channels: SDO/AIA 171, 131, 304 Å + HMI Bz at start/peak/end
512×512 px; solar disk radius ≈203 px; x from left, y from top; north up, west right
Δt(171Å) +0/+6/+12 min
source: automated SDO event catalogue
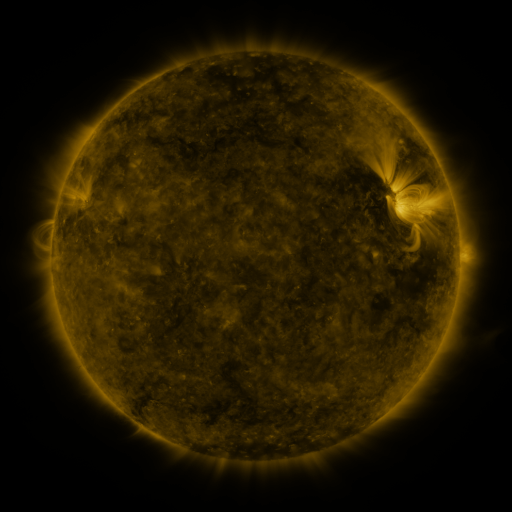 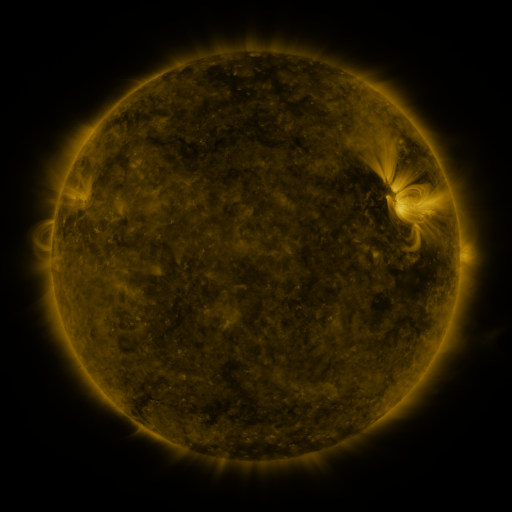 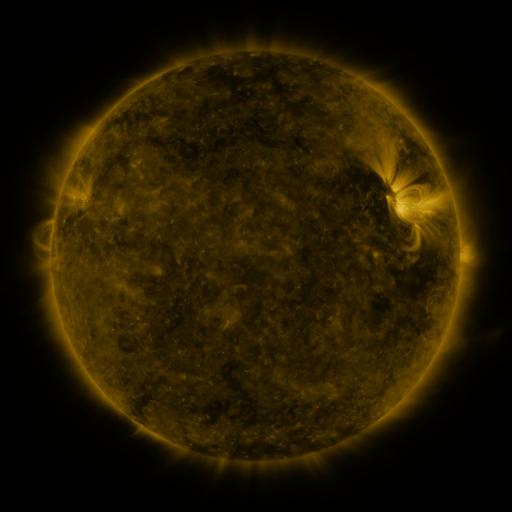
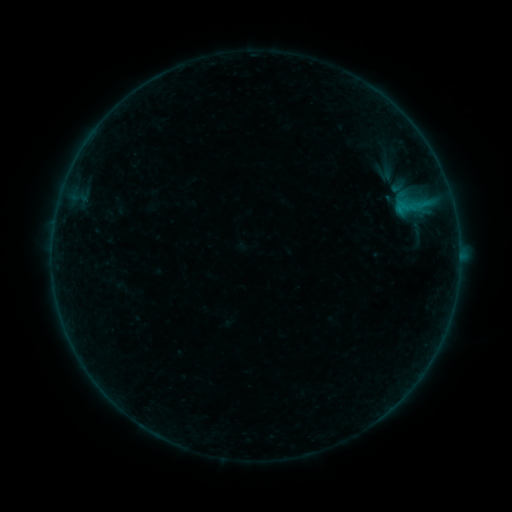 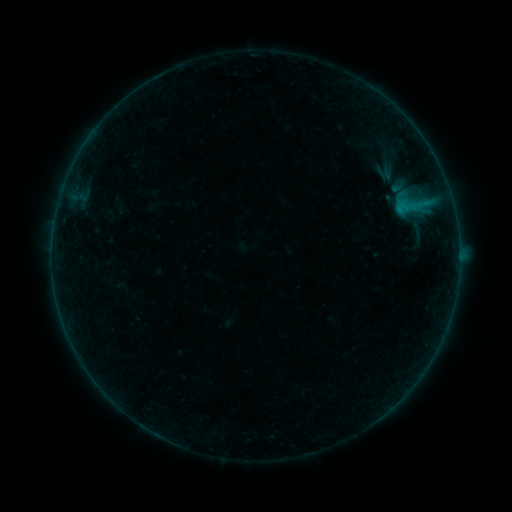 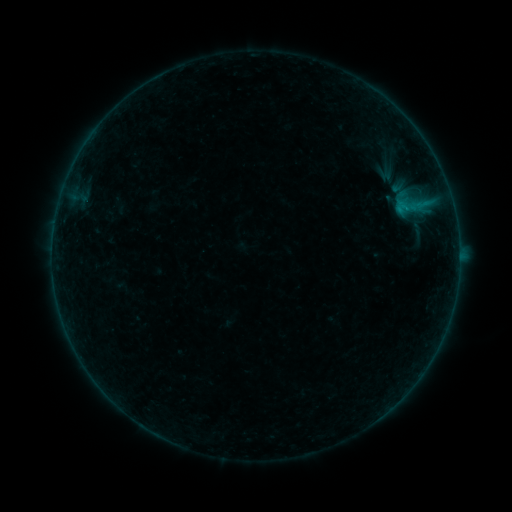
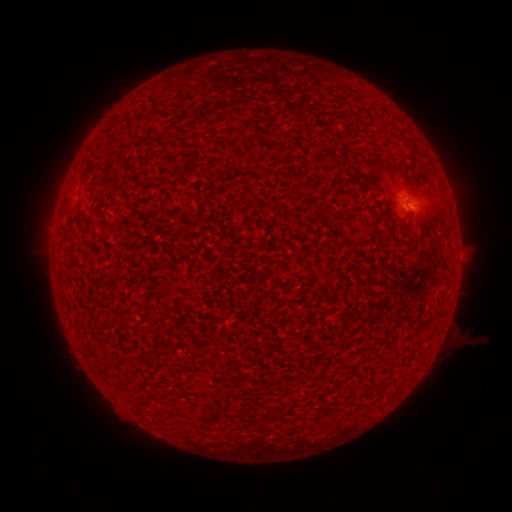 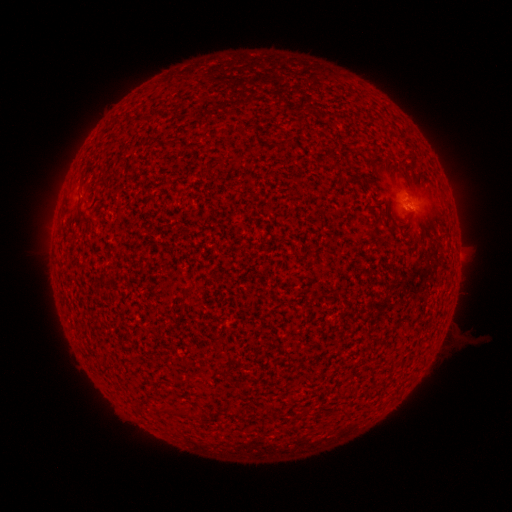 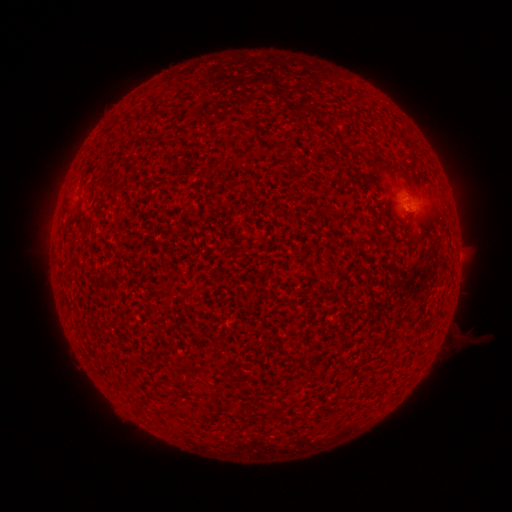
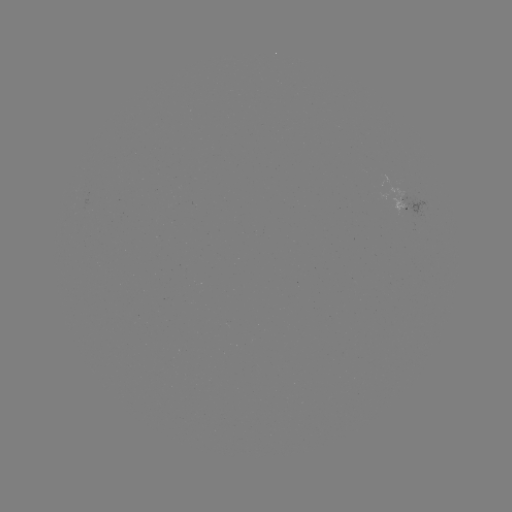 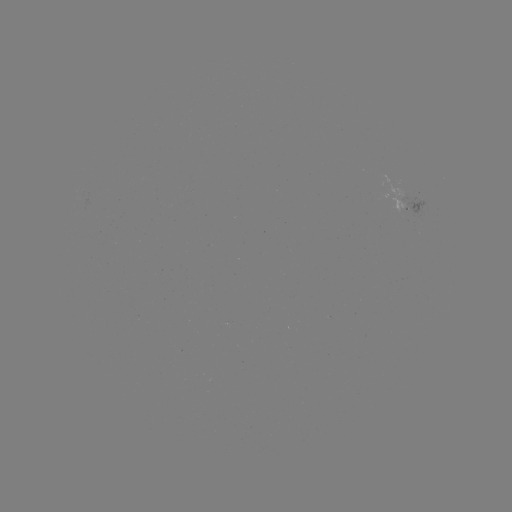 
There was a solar flare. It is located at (405, 209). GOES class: B1.1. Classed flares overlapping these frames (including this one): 1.